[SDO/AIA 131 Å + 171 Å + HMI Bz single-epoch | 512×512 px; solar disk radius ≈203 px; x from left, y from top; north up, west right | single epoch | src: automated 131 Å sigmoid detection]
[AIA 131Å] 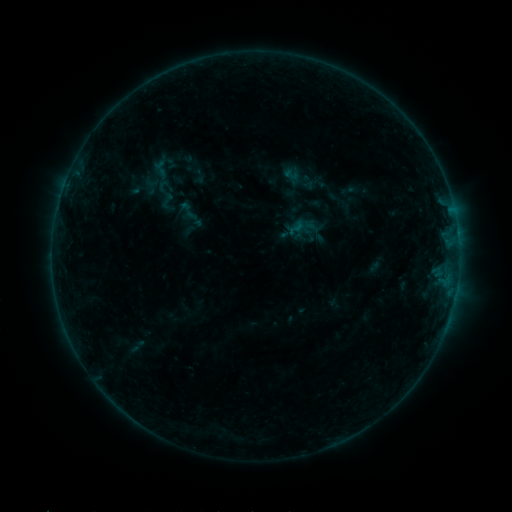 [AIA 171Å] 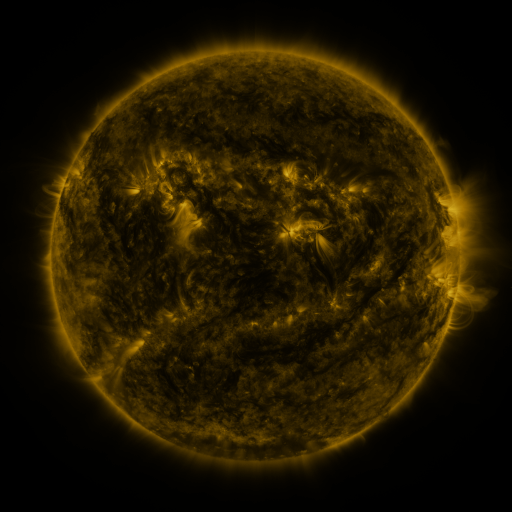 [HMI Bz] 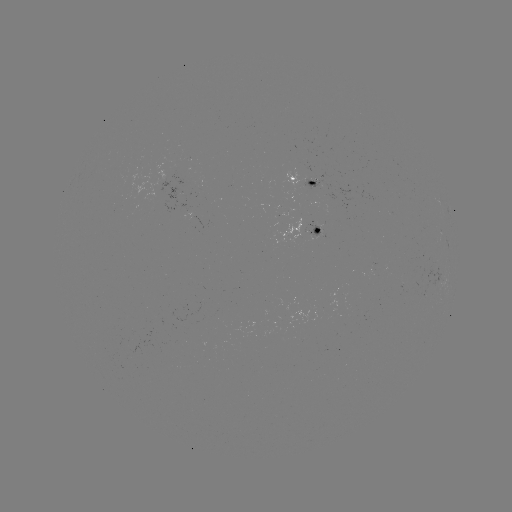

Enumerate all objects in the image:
sigmoid: (161, 169)
sigmoid: (296, 228)
